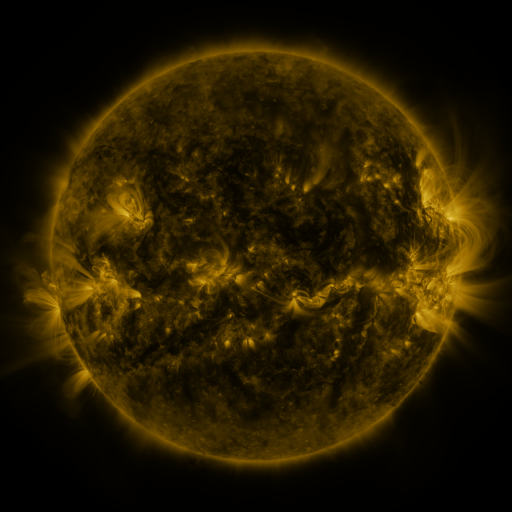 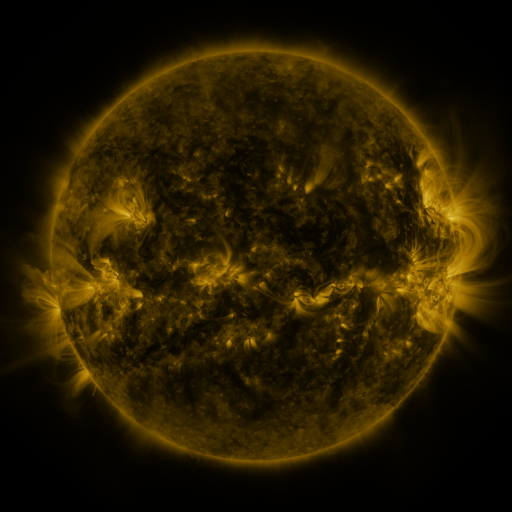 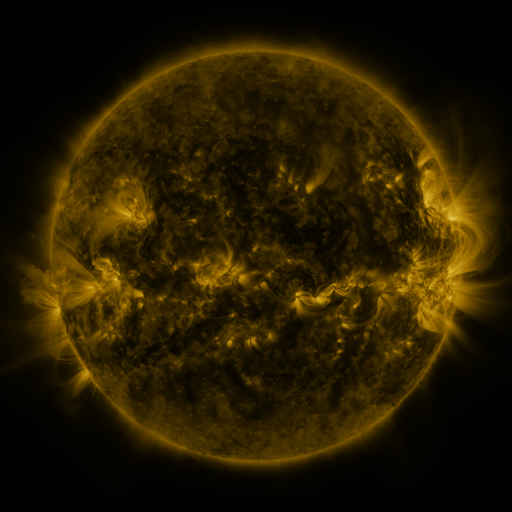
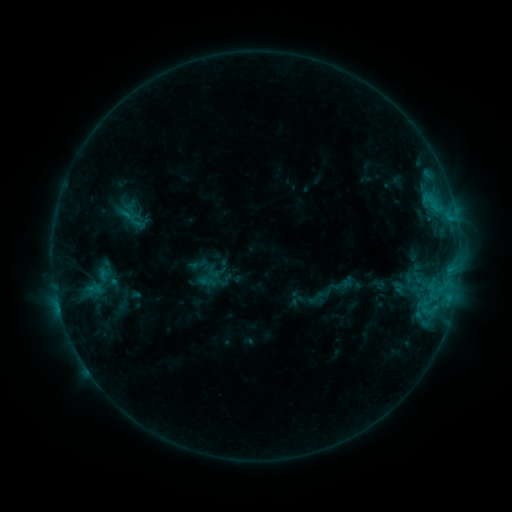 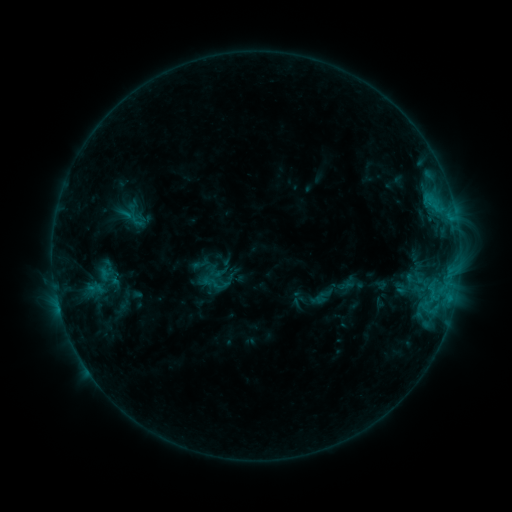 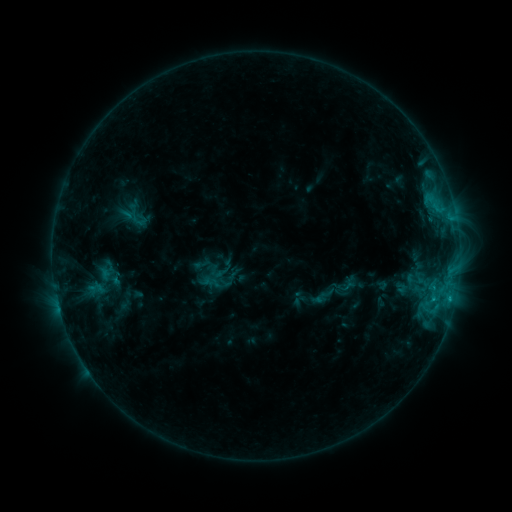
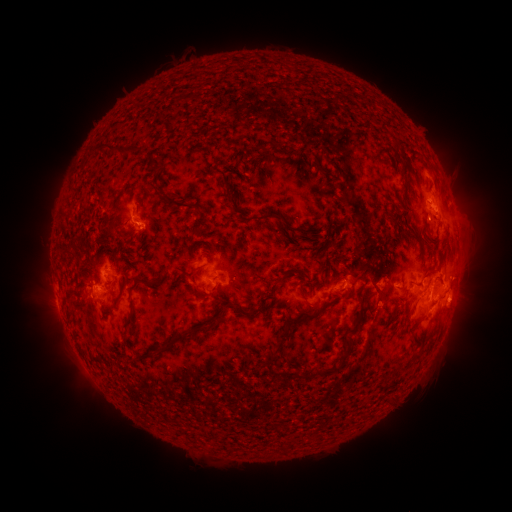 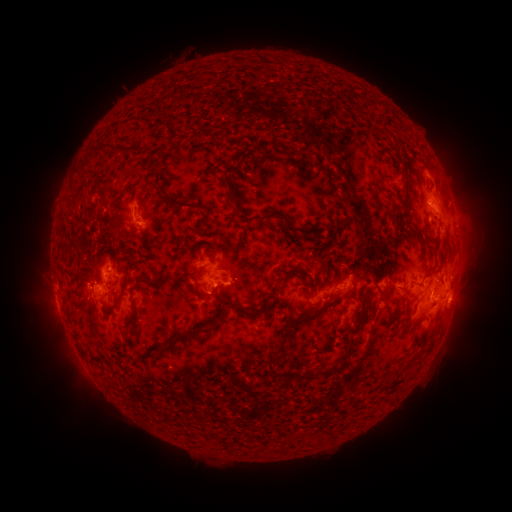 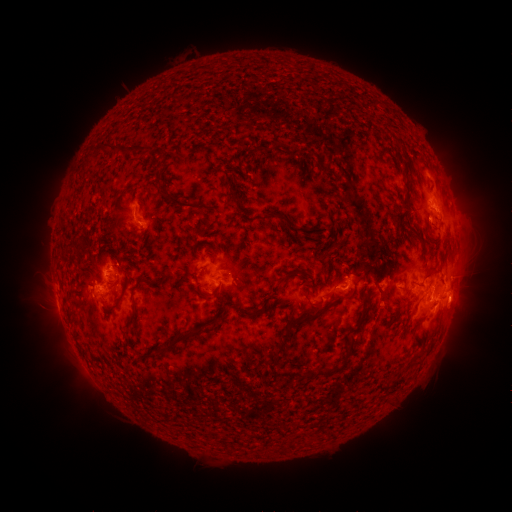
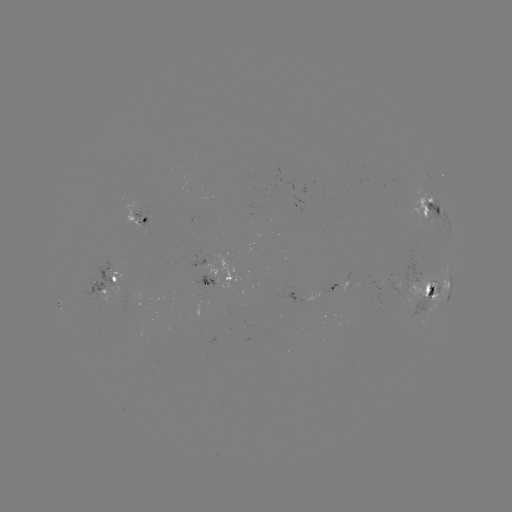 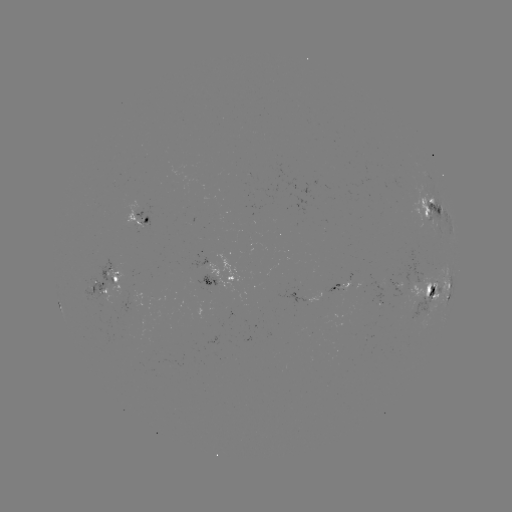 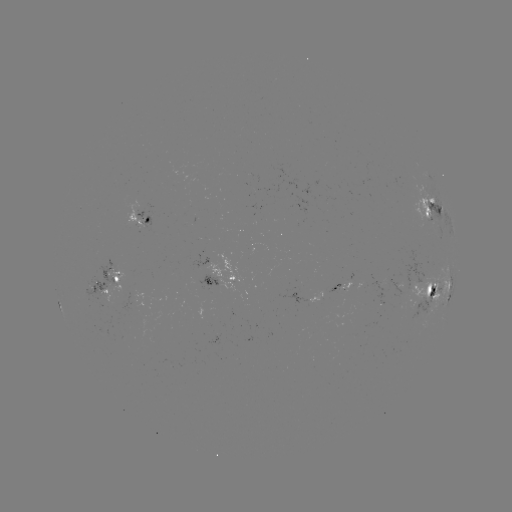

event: emerging-flux region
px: (318, 299)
